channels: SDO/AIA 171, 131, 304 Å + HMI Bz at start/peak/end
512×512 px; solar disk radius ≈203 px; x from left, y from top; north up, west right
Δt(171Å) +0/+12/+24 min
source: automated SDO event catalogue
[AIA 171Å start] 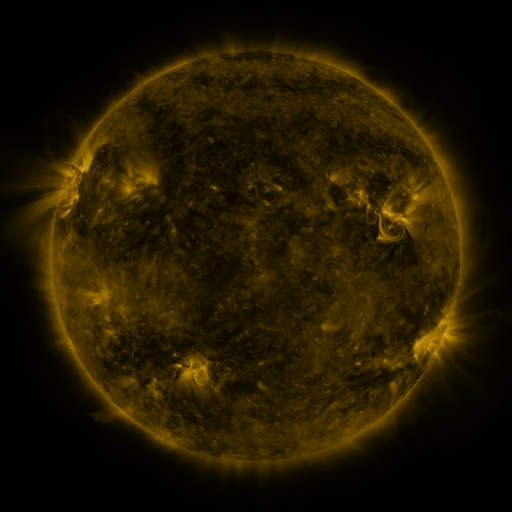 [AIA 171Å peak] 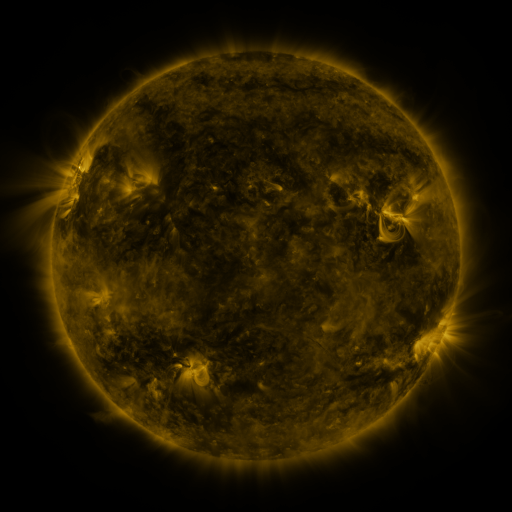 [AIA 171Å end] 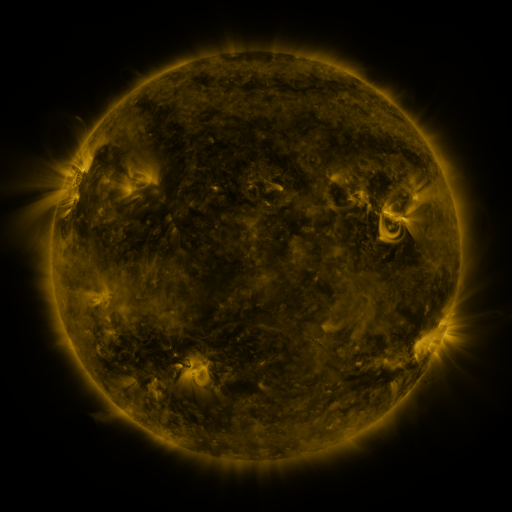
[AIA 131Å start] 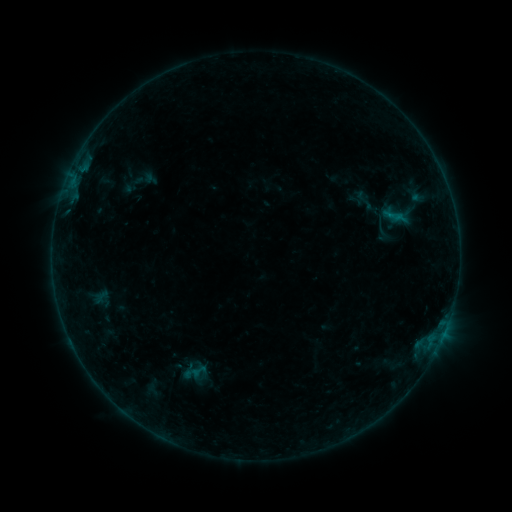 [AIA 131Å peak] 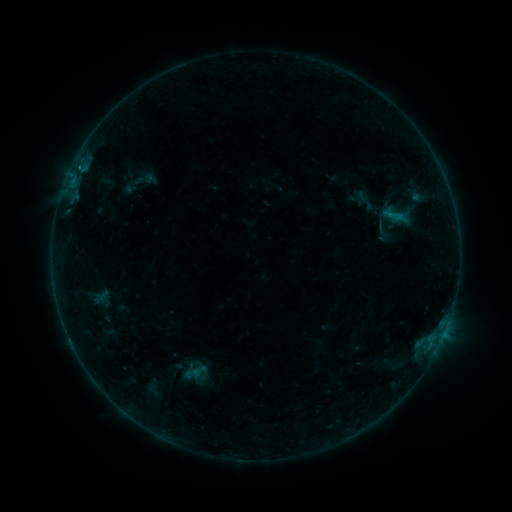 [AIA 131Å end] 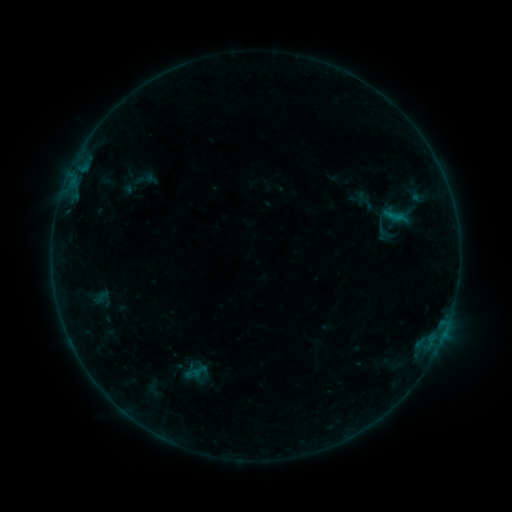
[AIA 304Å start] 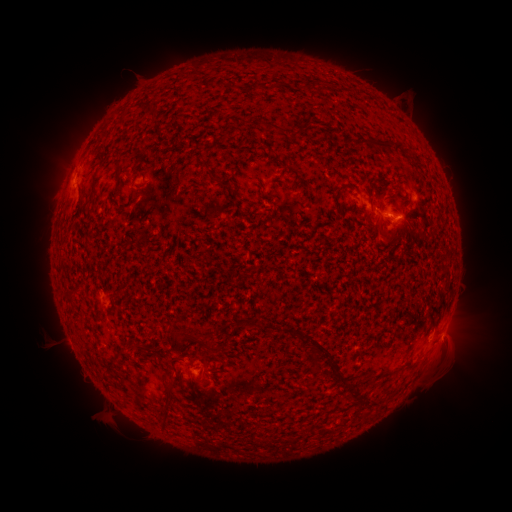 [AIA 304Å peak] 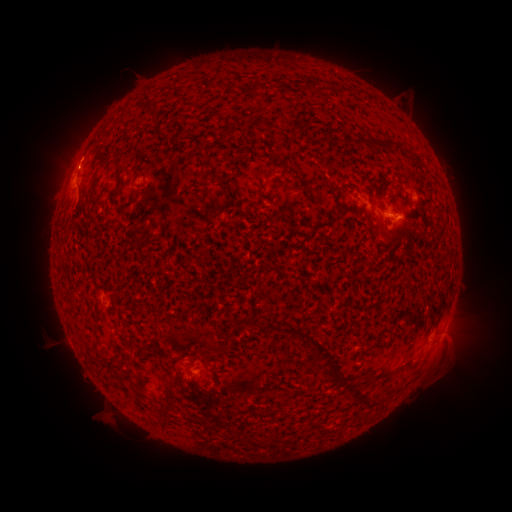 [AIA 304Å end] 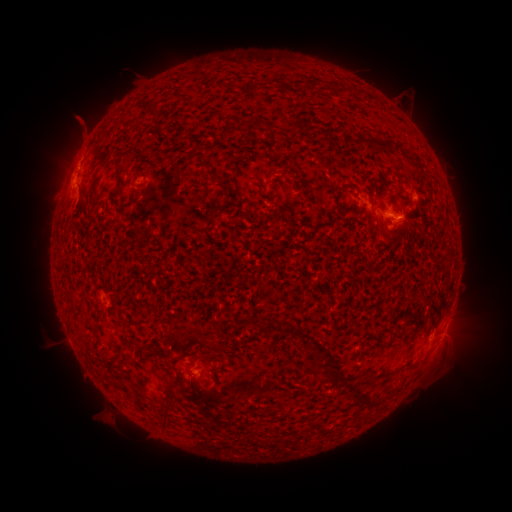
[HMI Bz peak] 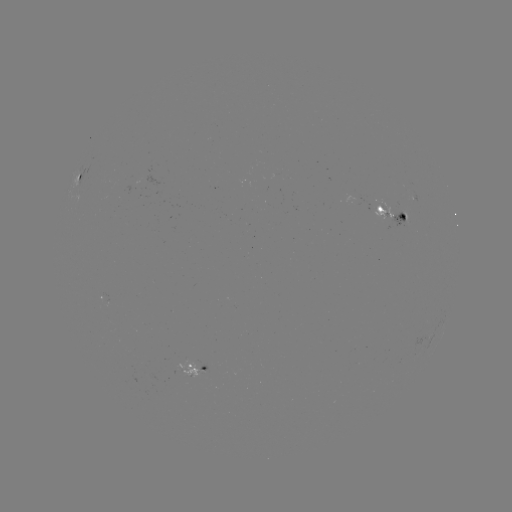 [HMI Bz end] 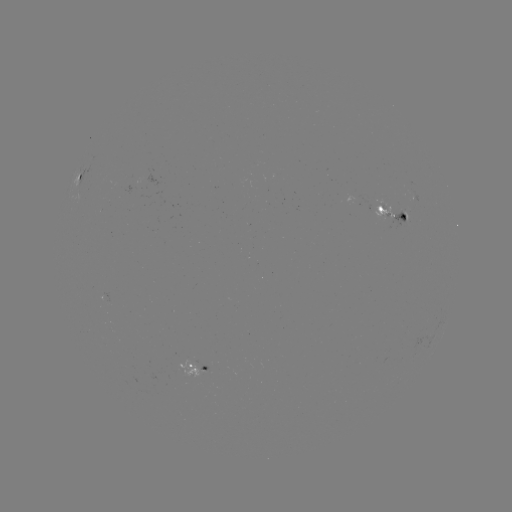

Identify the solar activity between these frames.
B3.0 flare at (80, 169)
